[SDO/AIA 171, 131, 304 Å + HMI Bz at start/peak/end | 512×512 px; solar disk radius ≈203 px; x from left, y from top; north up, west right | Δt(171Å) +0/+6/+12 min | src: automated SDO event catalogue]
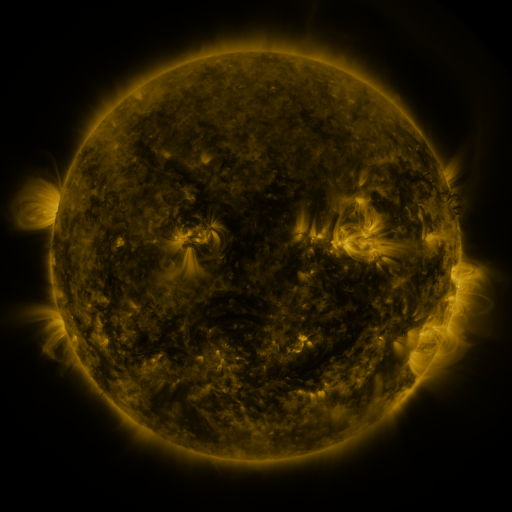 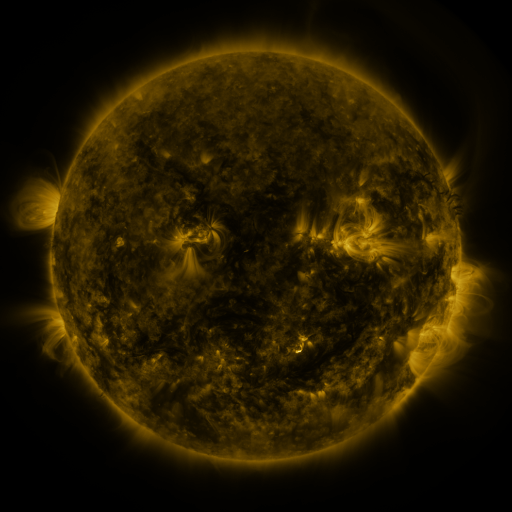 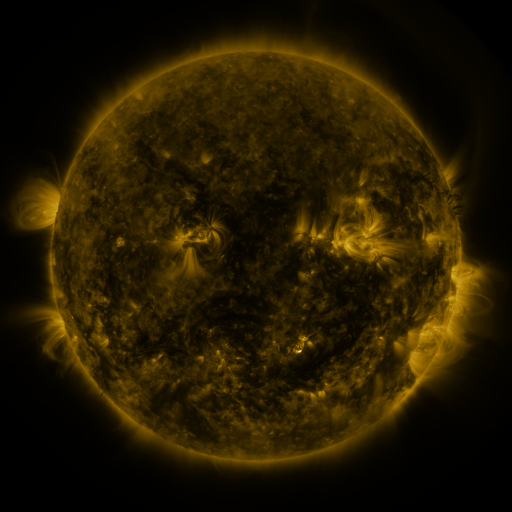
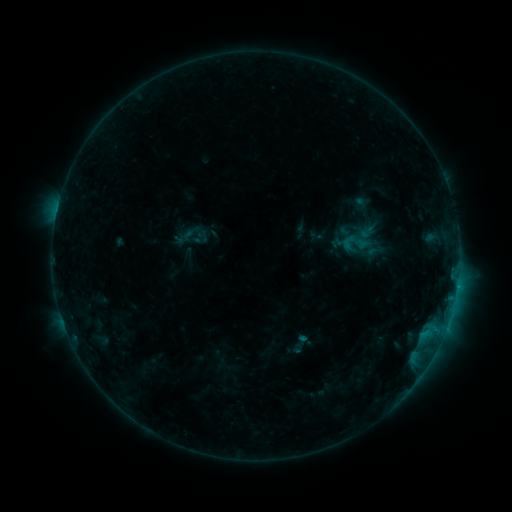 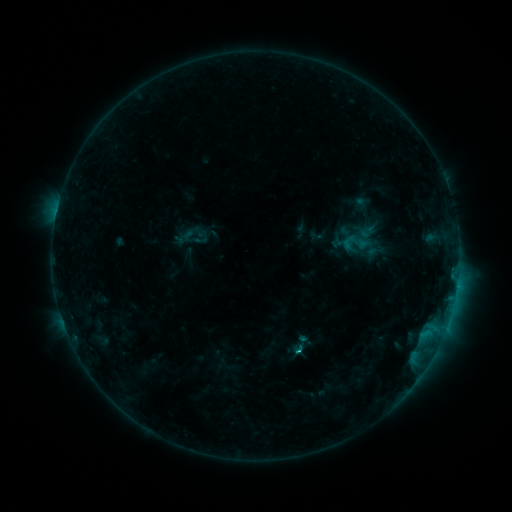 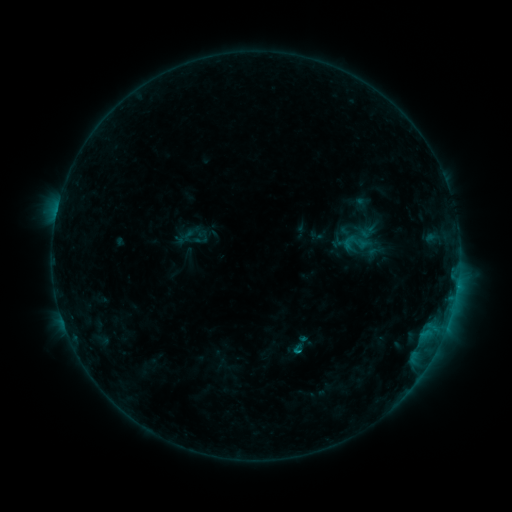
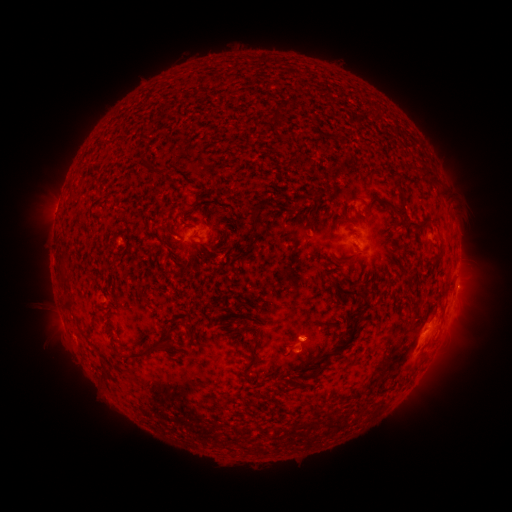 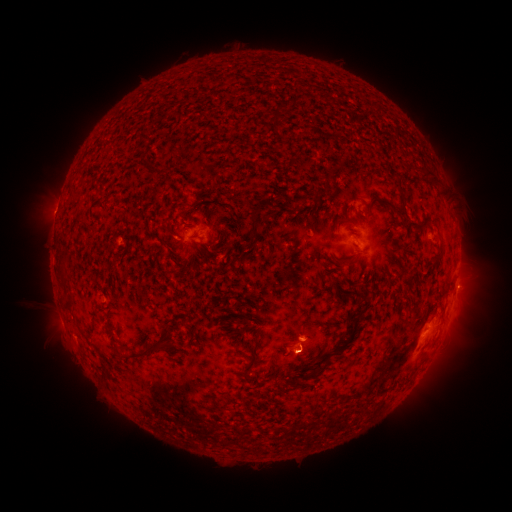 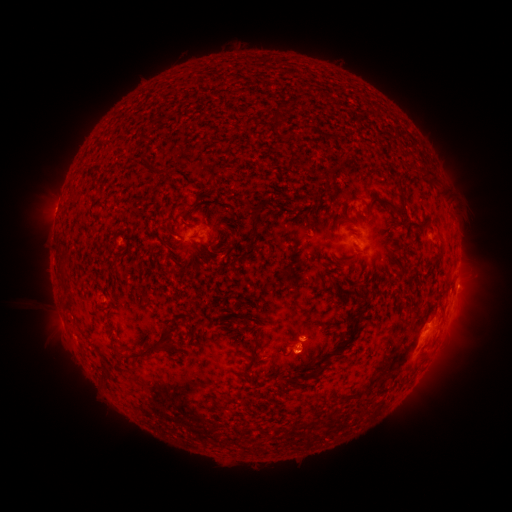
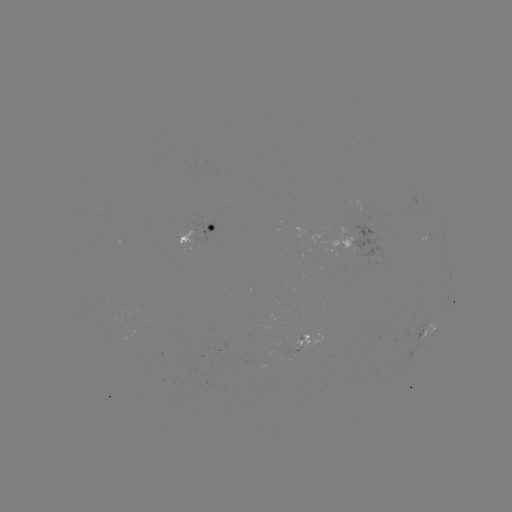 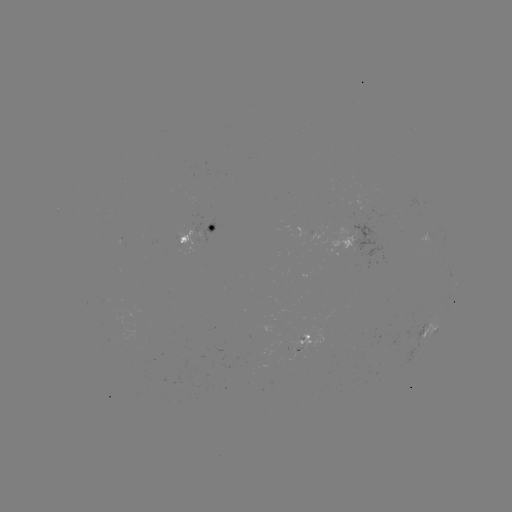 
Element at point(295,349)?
B8.9 flare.